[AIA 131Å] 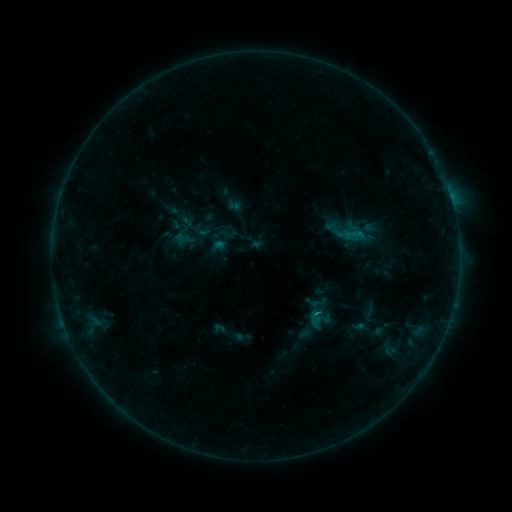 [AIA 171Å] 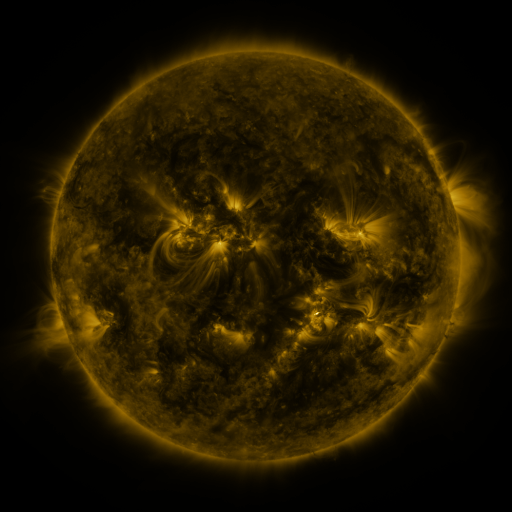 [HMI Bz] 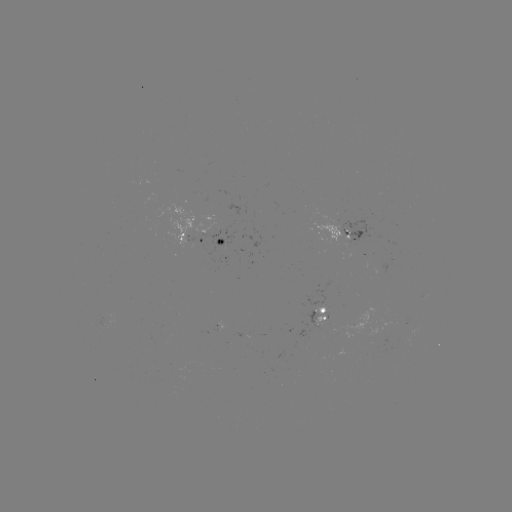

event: sigmoid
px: (319, 302)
